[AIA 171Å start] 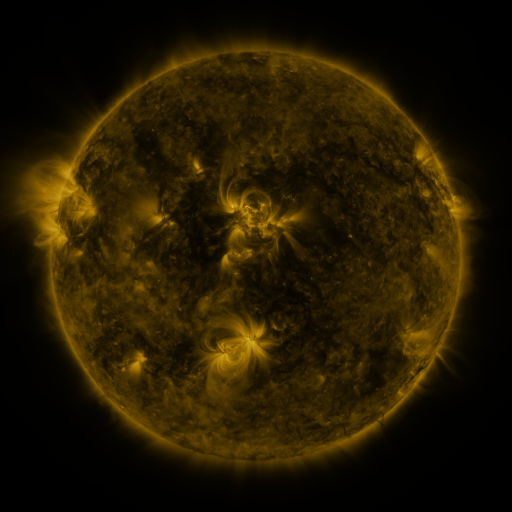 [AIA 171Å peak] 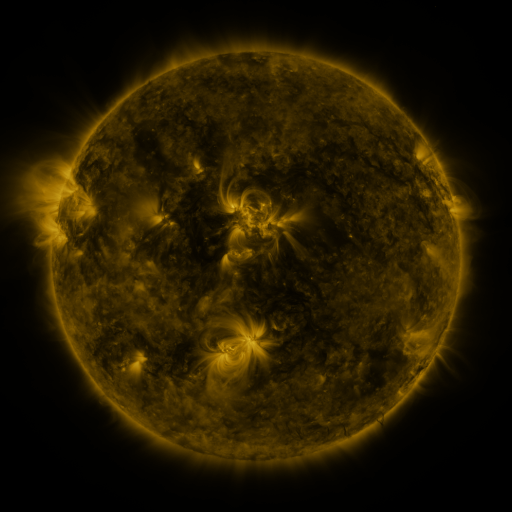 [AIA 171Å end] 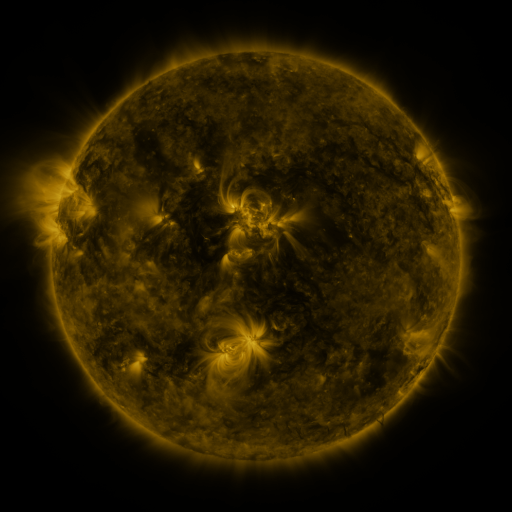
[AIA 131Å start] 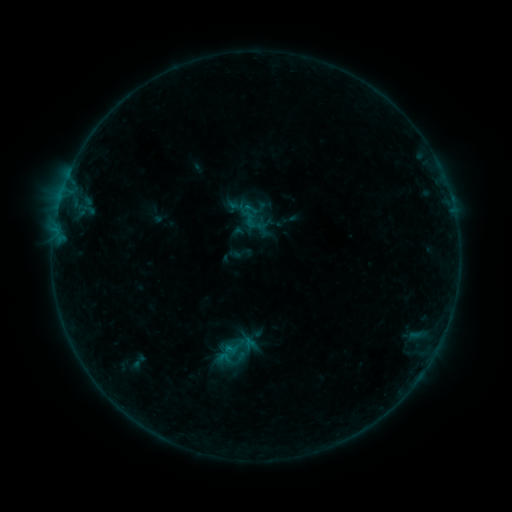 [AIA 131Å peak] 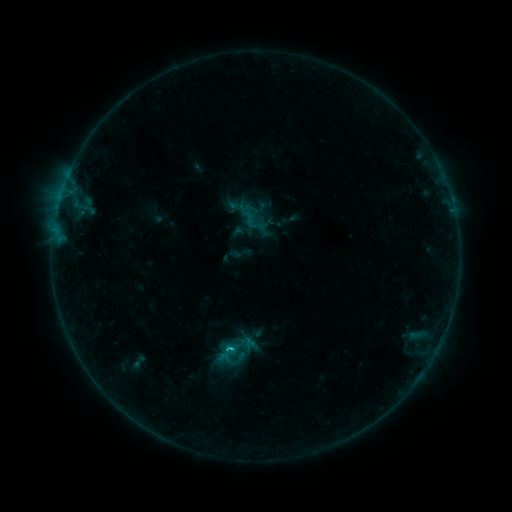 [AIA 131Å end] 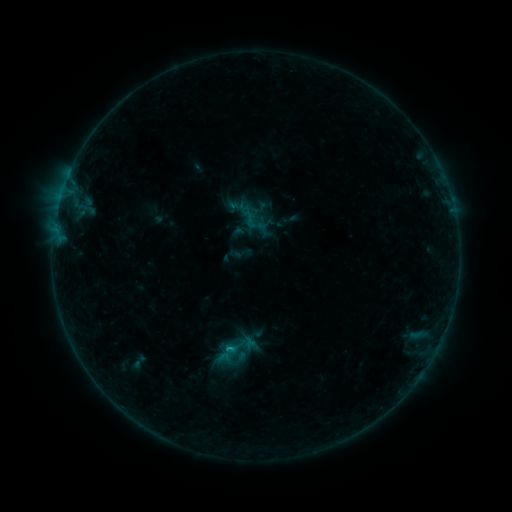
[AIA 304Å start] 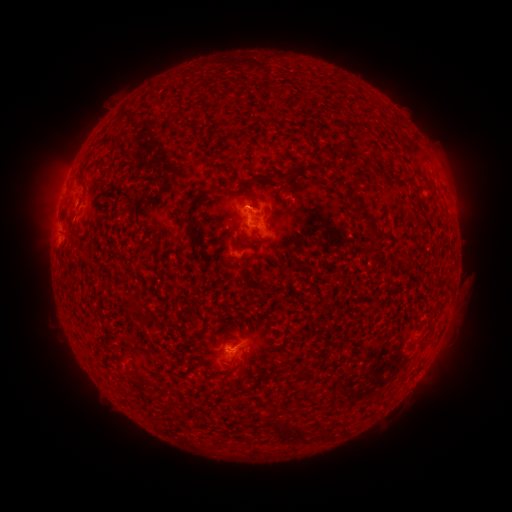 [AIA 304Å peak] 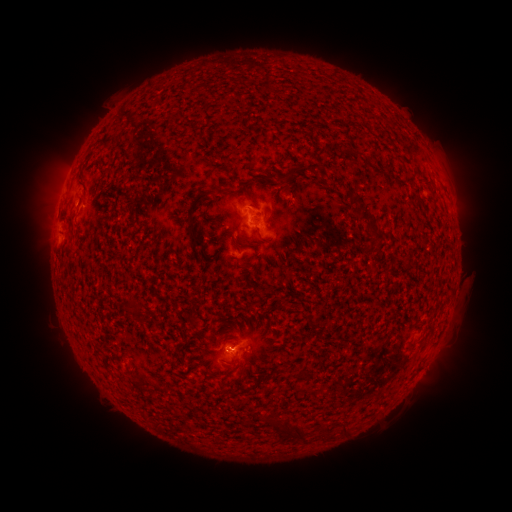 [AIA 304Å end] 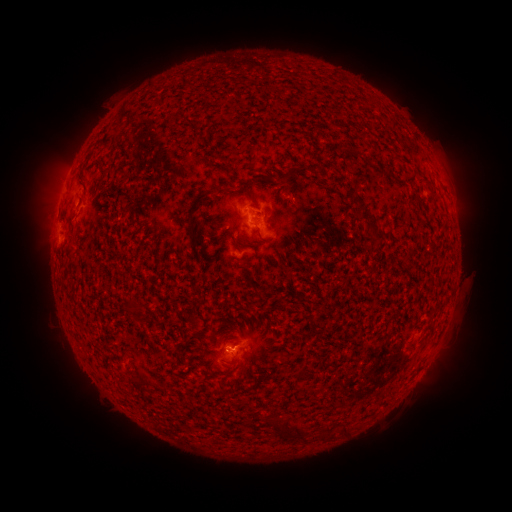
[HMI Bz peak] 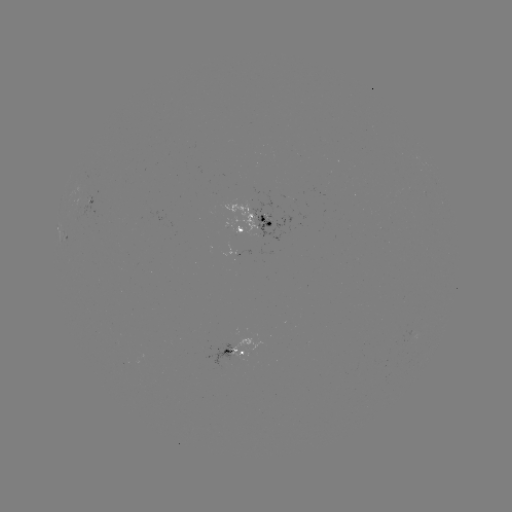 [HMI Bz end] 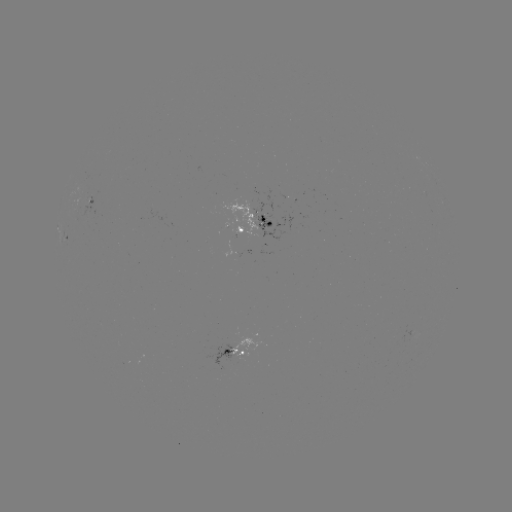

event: flare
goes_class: B6.3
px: (232, 348)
